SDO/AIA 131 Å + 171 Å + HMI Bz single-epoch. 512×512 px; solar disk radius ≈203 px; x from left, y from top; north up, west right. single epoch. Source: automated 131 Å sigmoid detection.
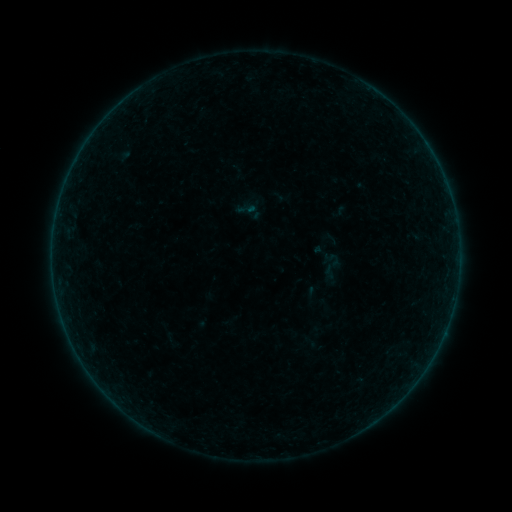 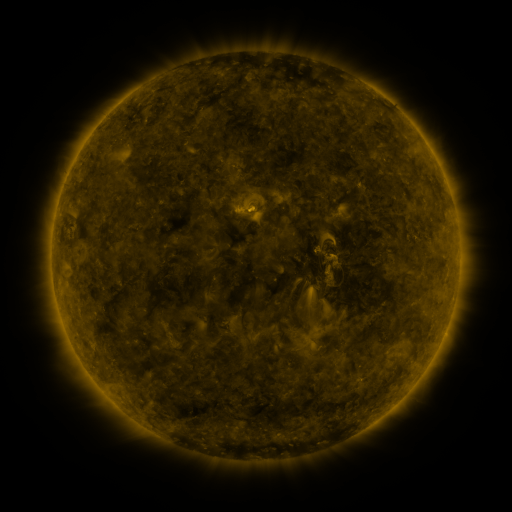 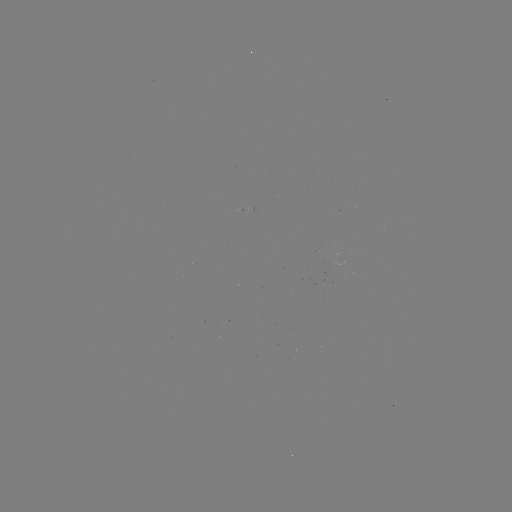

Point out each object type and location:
sigmoid: (246, 209)
sigmoid: (332, 259)
